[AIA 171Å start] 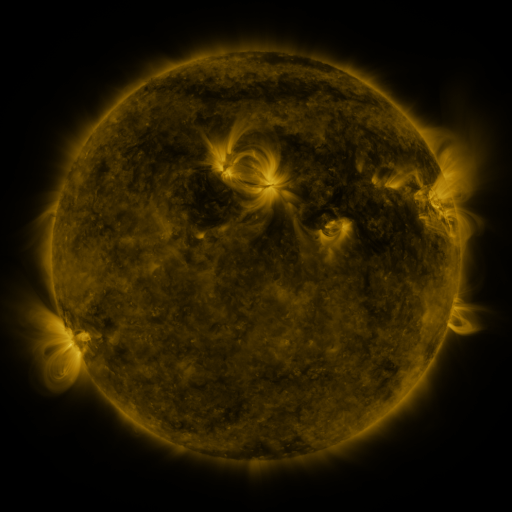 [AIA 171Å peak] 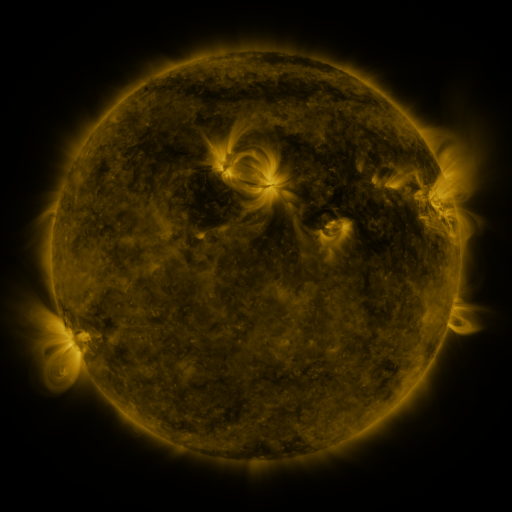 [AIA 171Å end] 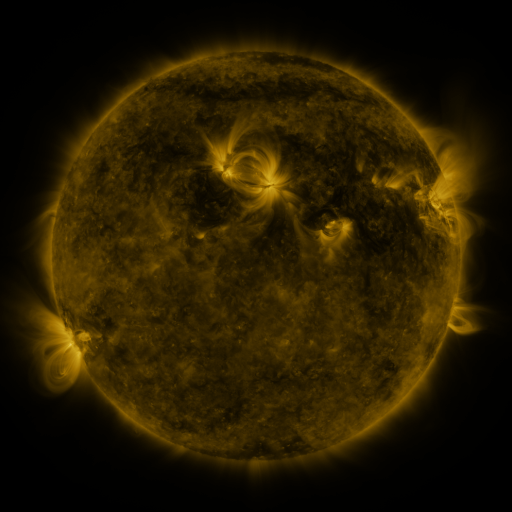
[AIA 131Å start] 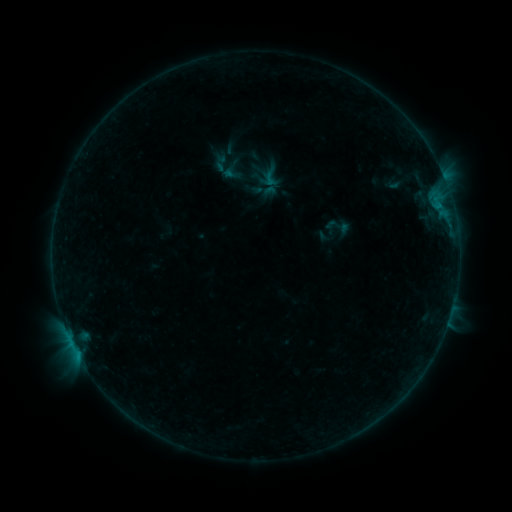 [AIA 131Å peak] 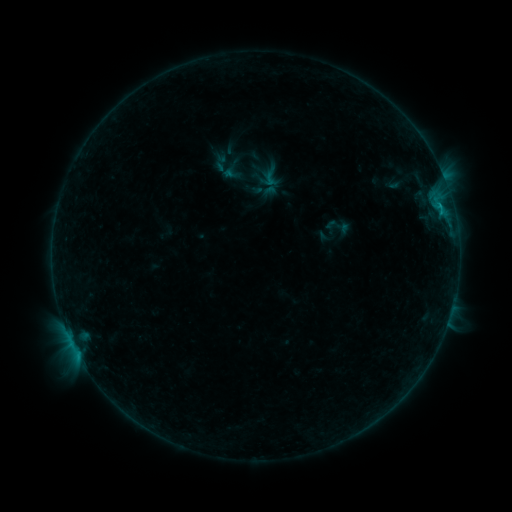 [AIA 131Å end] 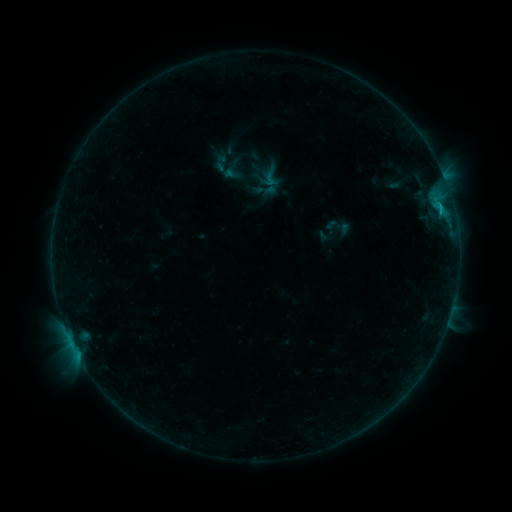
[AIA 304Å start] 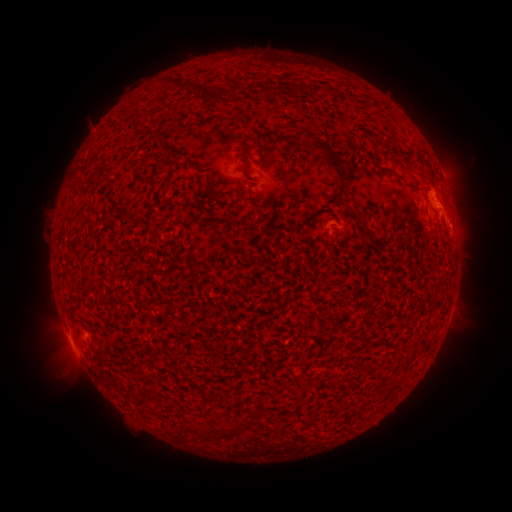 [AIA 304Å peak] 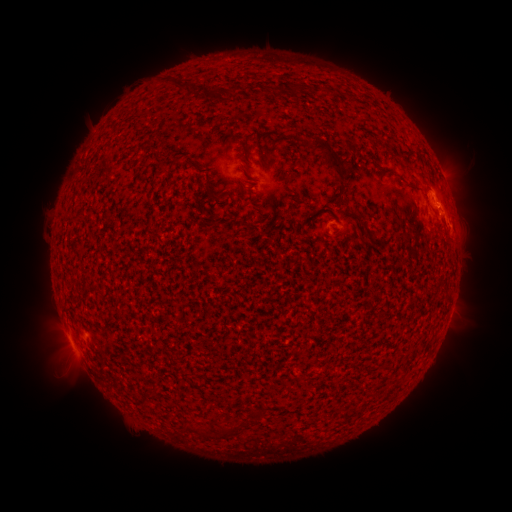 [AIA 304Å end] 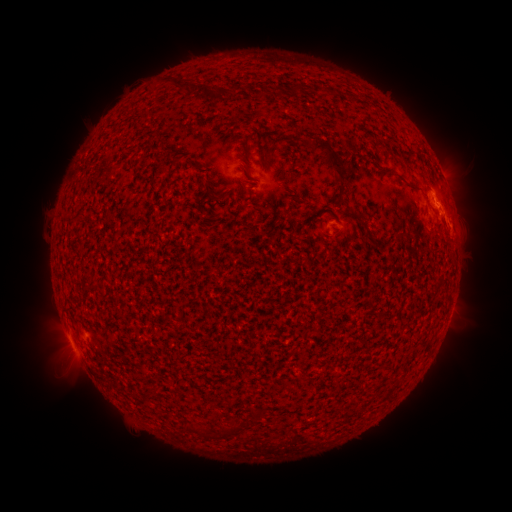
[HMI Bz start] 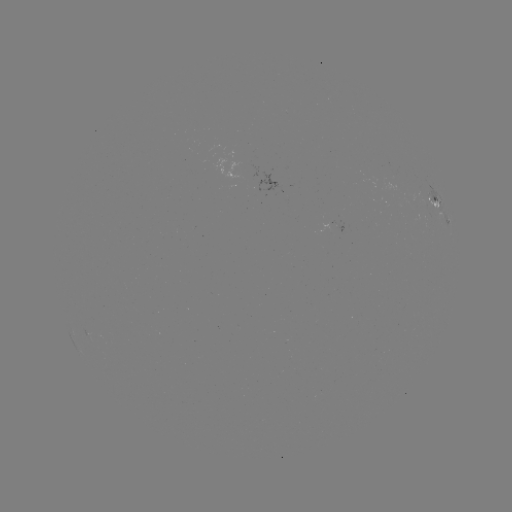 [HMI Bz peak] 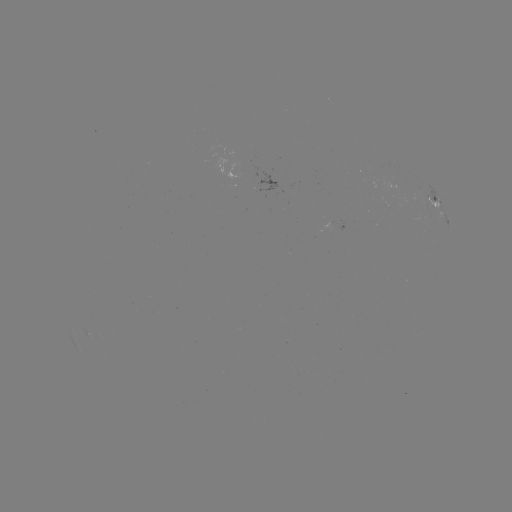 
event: flare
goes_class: B5.3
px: (438, 208)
